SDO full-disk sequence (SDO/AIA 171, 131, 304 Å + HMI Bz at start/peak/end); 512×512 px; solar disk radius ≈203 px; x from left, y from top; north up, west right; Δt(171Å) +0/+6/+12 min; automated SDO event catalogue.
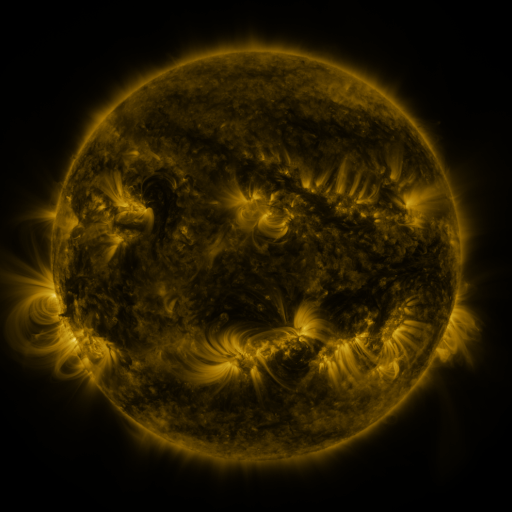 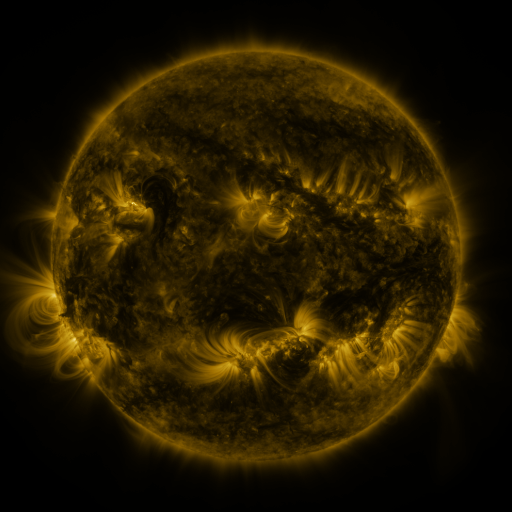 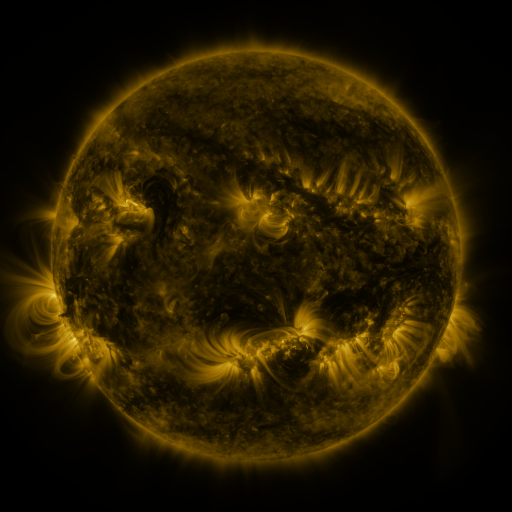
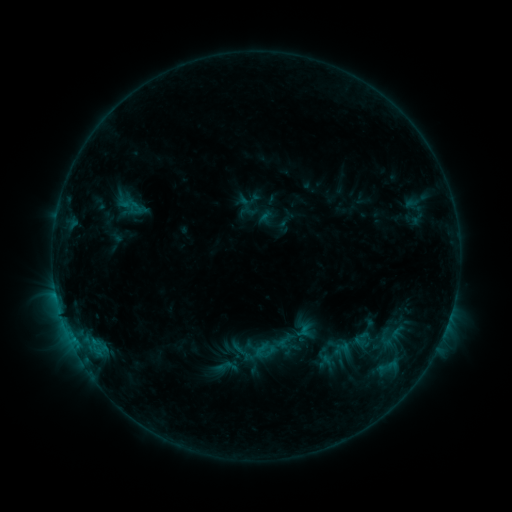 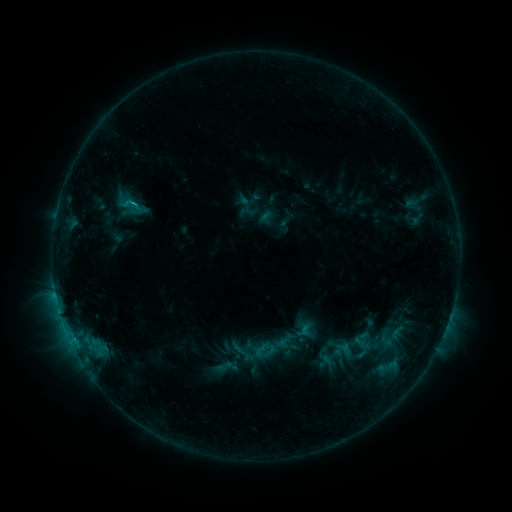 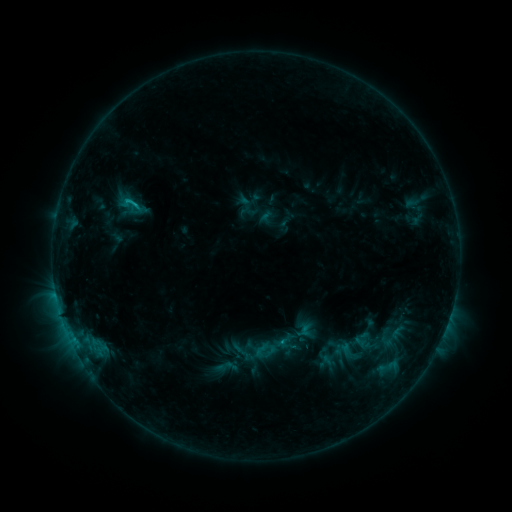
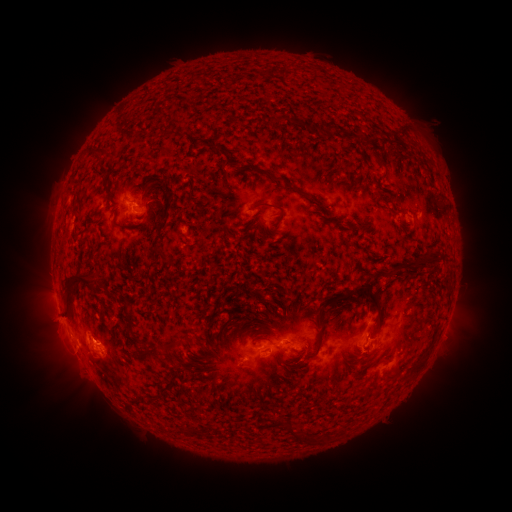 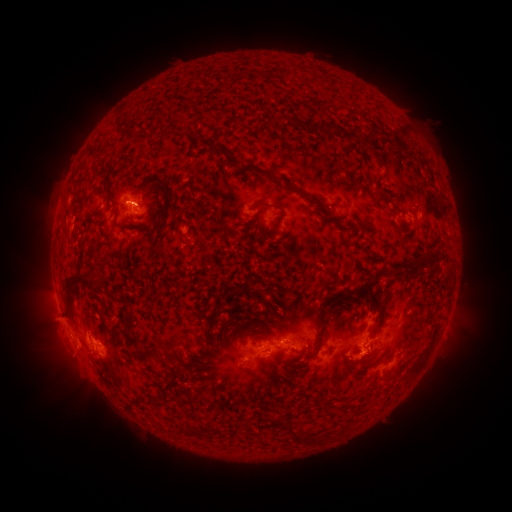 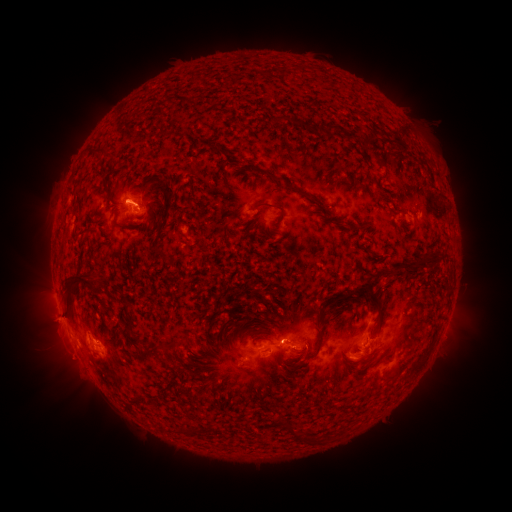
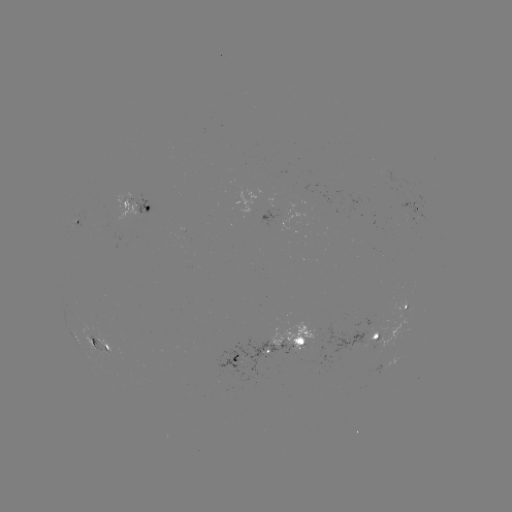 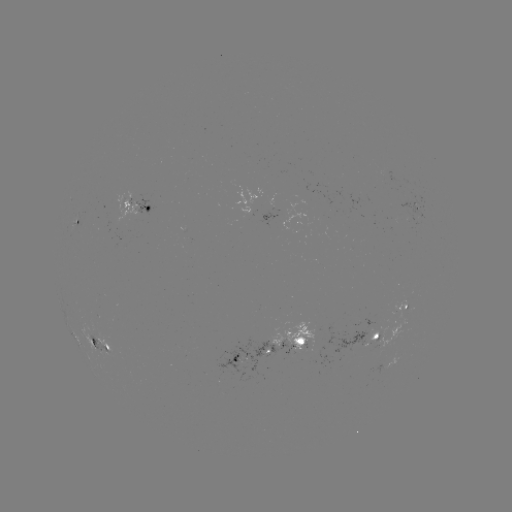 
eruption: <bbox>105, 169, 151, 217</bbox>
